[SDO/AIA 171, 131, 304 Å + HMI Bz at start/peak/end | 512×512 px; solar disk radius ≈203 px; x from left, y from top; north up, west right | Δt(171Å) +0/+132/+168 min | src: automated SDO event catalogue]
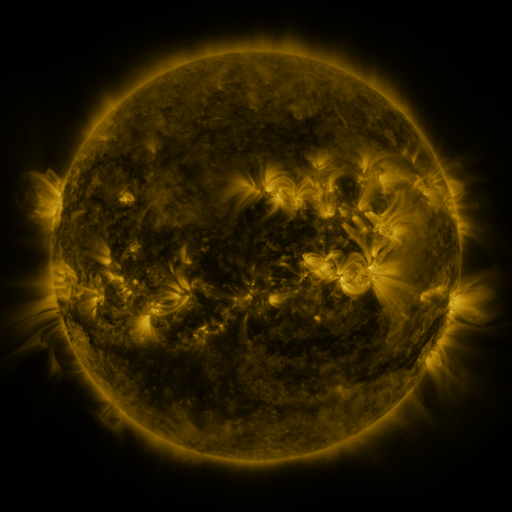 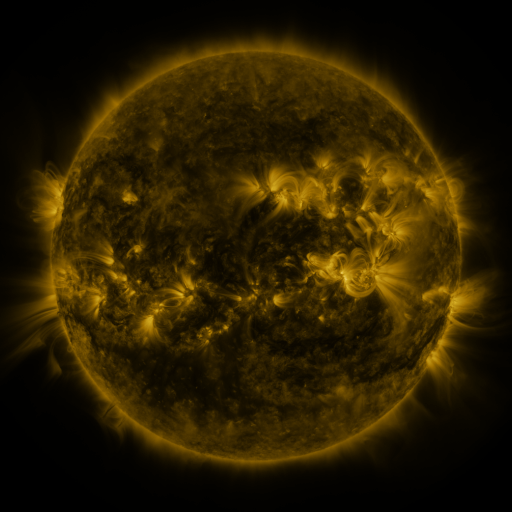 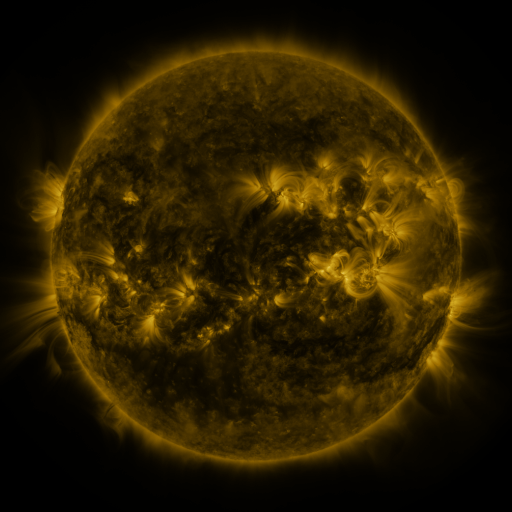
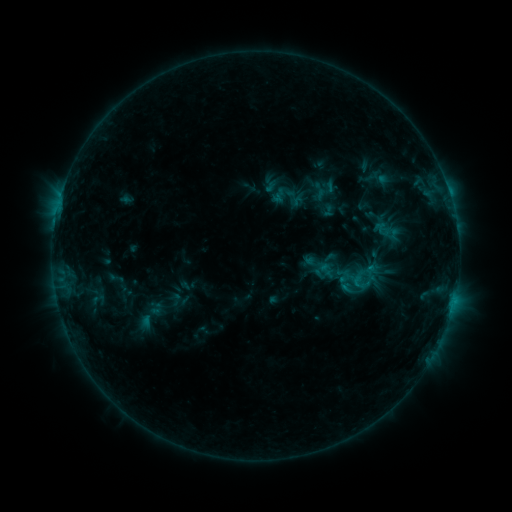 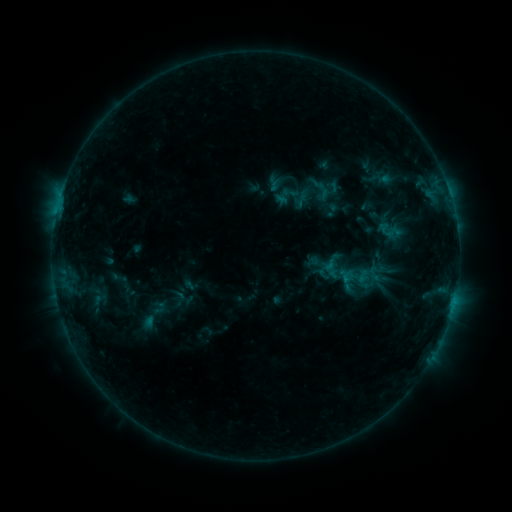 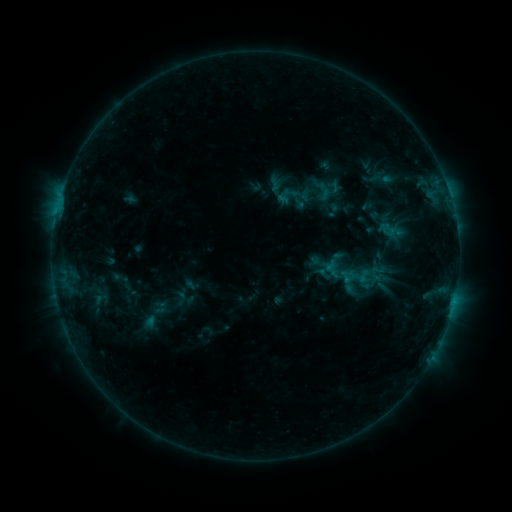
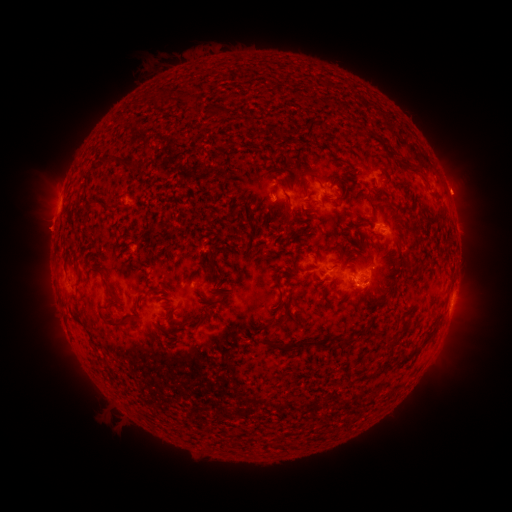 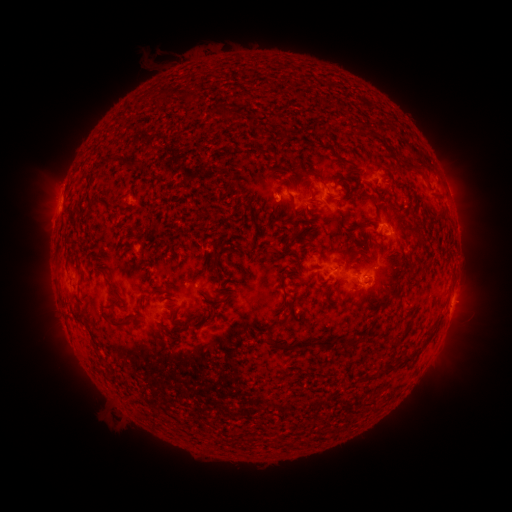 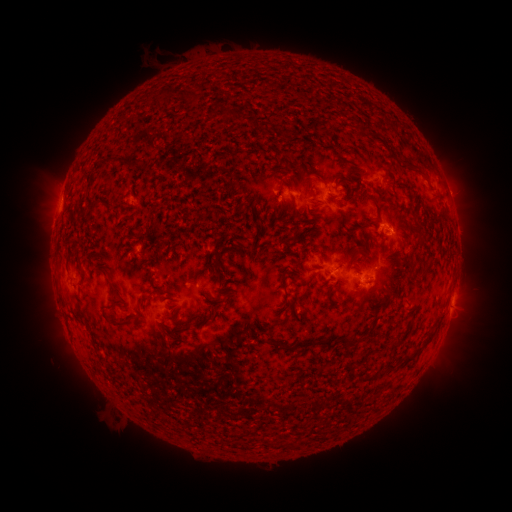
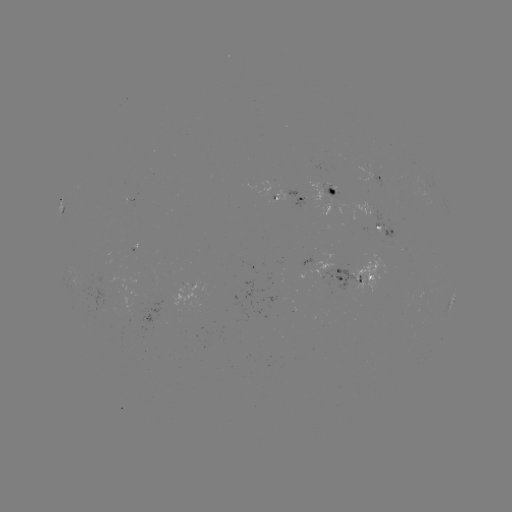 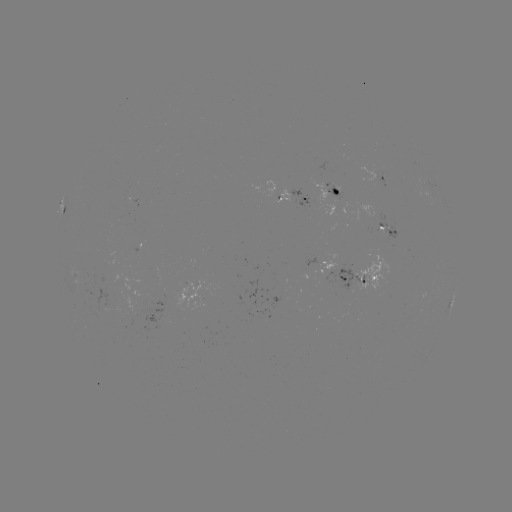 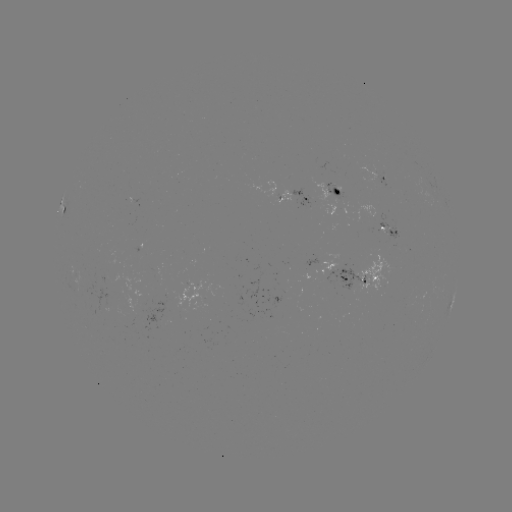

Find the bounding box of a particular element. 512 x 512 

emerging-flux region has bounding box [370, 170, 388, 189].